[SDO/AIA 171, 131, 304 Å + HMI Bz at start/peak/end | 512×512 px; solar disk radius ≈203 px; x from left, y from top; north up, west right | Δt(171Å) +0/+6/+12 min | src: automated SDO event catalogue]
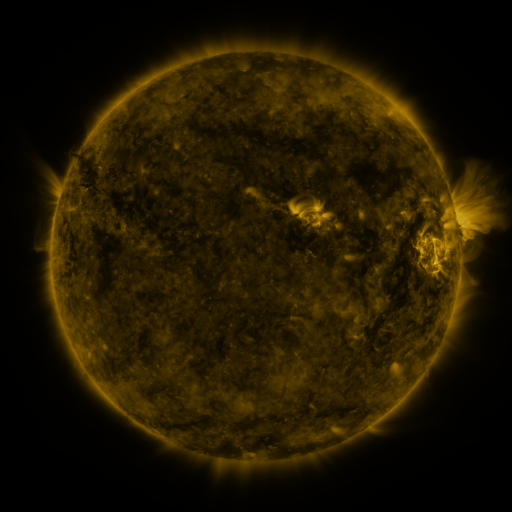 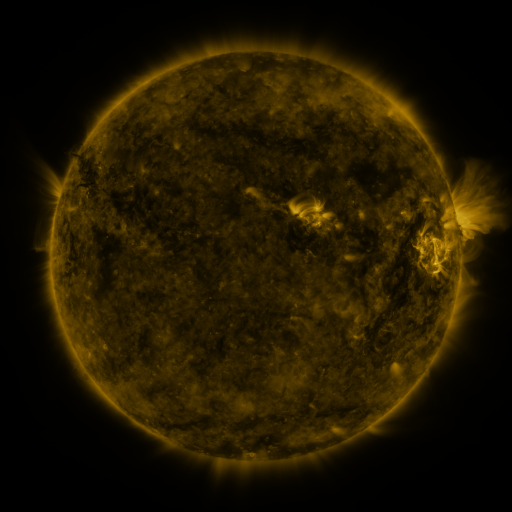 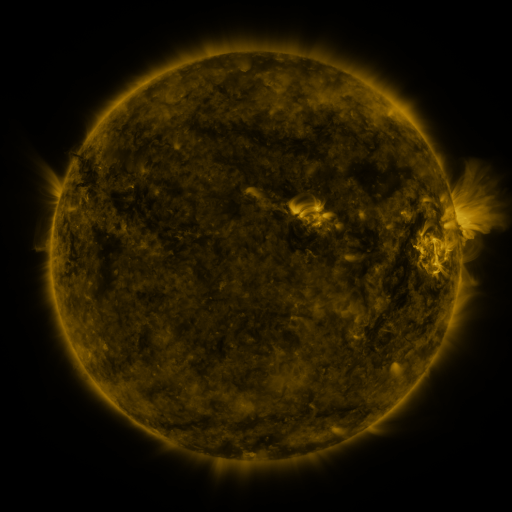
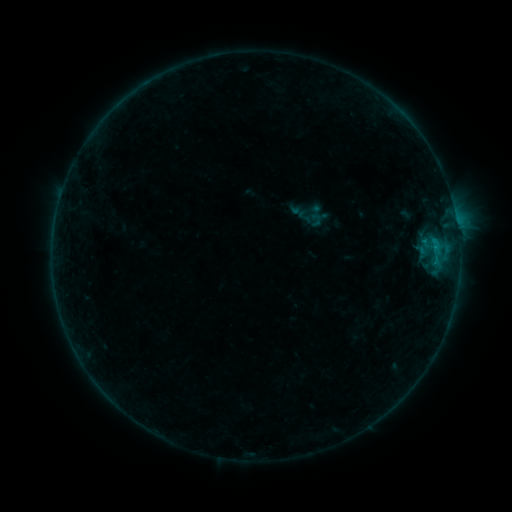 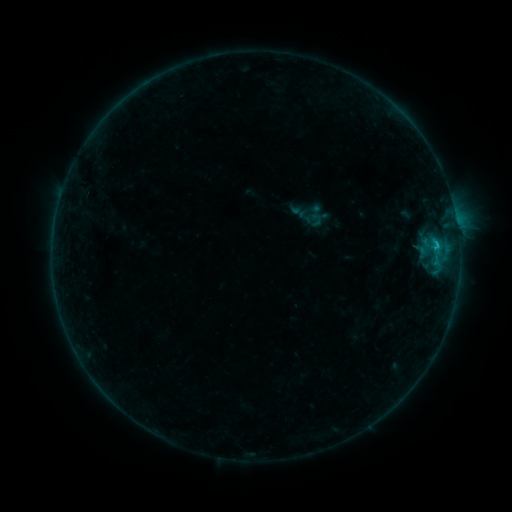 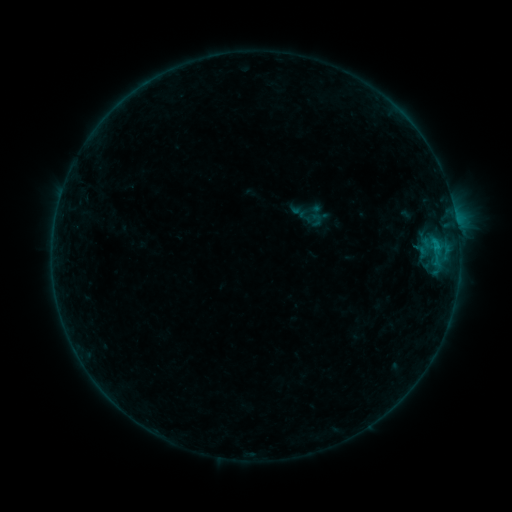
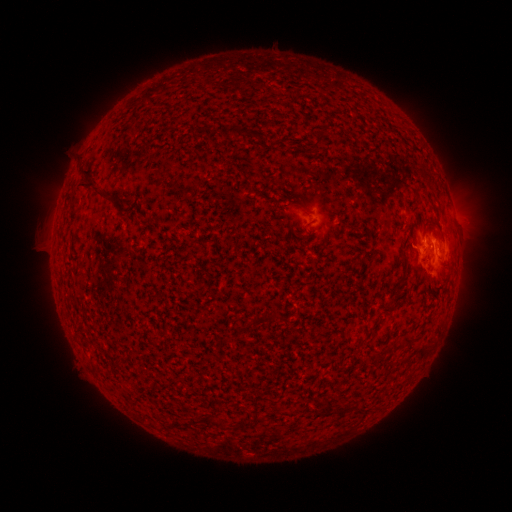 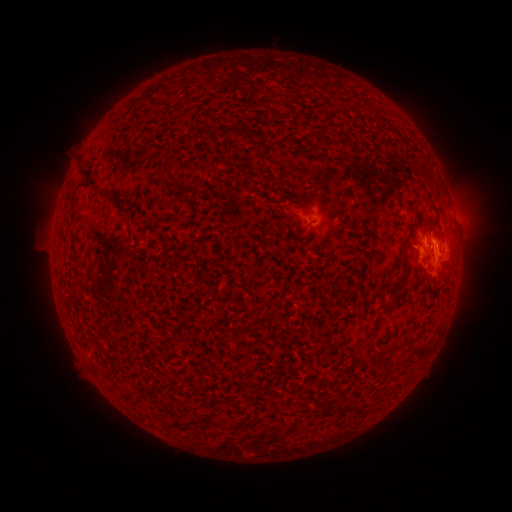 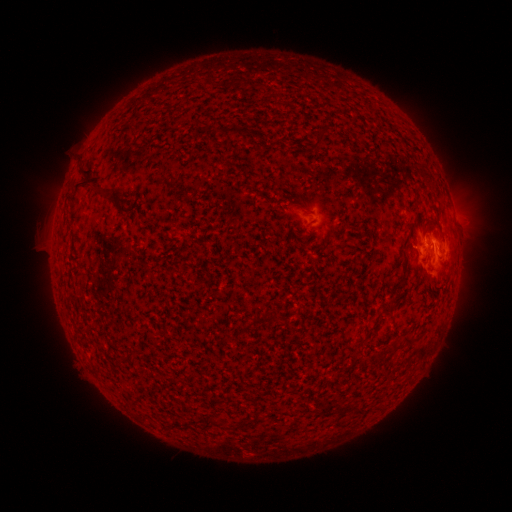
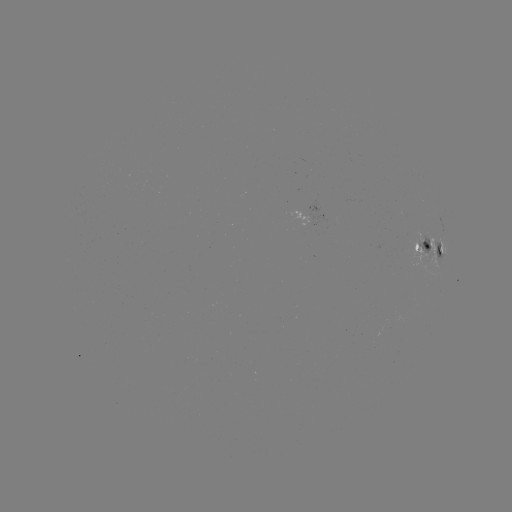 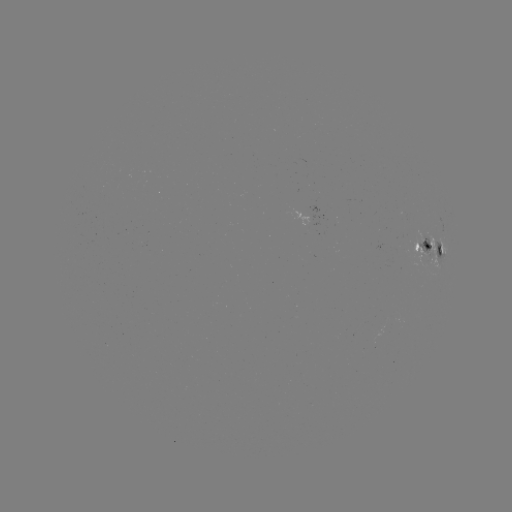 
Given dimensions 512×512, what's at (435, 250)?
B6.8 flare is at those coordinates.